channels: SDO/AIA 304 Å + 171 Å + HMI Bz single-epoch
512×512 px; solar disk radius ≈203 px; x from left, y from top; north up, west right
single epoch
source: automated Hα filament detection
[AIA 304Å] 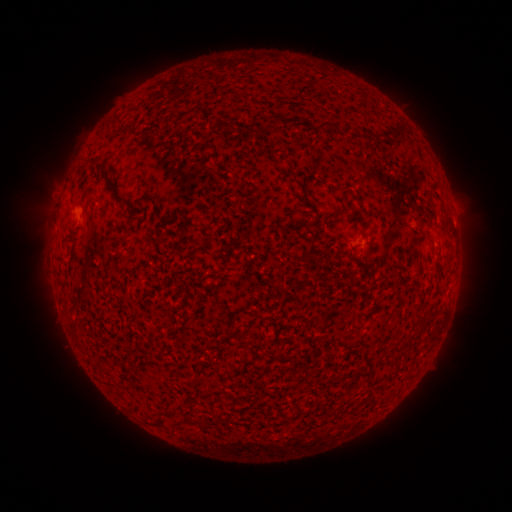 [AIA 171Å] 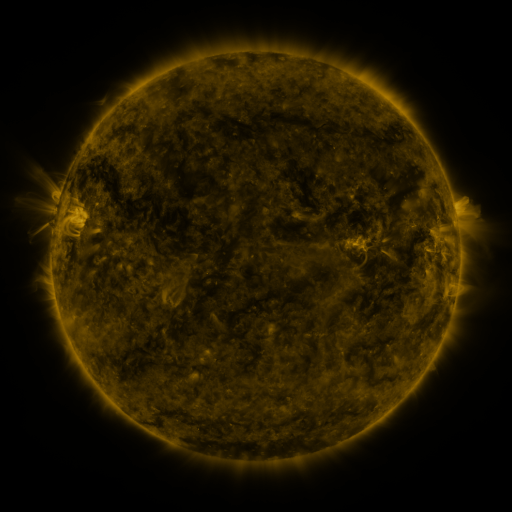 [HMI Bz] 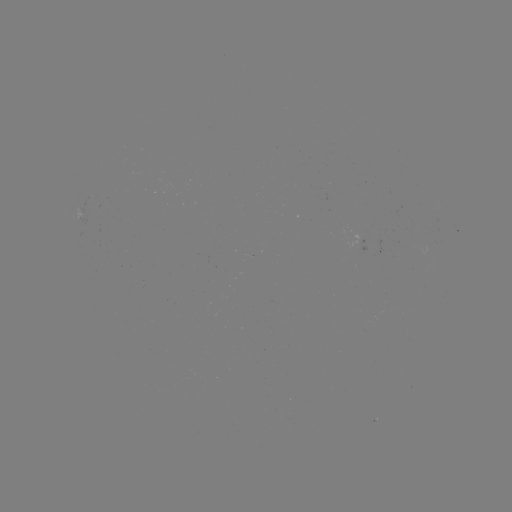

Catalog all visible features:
filament: [315, 119, 336, 131]
filament: [394, 122, 407, 140]
filament: [378, 128, 393, 139]
filament: [83, 156, 129, 204]
filament: [428, 207, 438, 217]
filament: [412, 248, 423, 268]
filament: [393, 277, 404, 288]
filament: [126, 354, 137, 367]
filament: [183, 412, 191, 419]
